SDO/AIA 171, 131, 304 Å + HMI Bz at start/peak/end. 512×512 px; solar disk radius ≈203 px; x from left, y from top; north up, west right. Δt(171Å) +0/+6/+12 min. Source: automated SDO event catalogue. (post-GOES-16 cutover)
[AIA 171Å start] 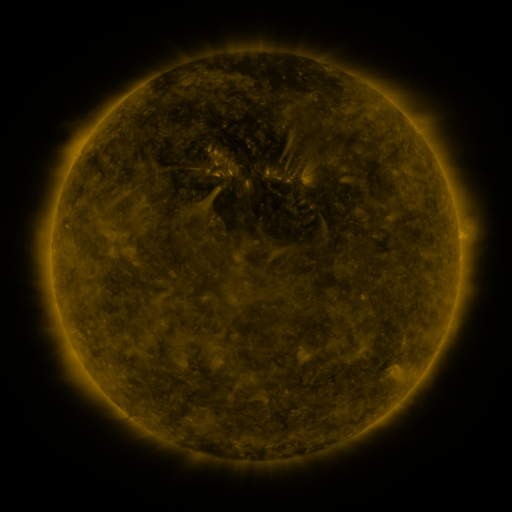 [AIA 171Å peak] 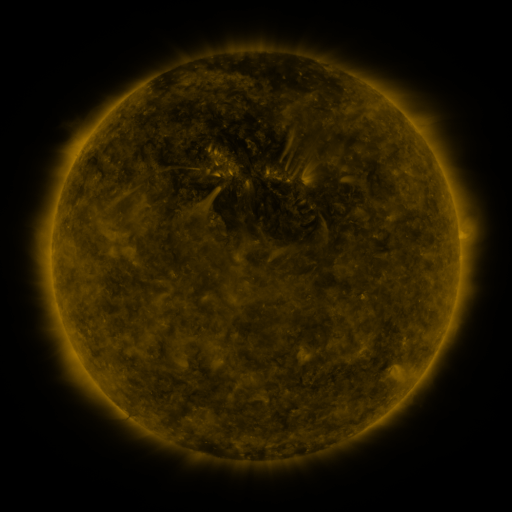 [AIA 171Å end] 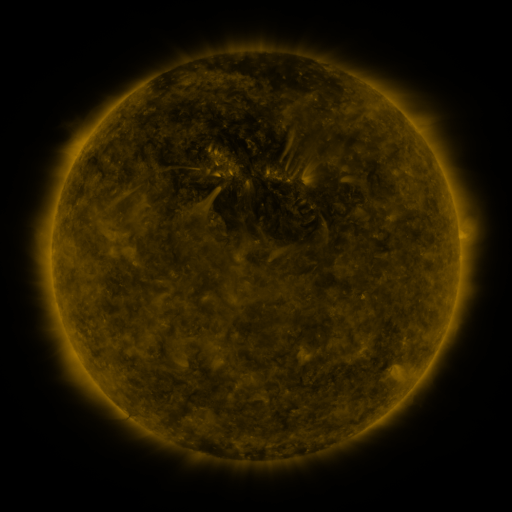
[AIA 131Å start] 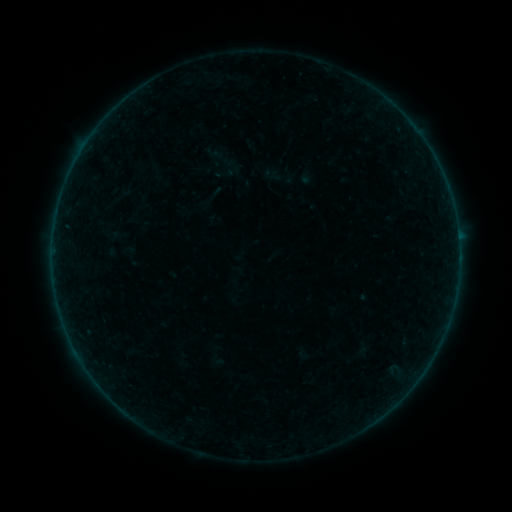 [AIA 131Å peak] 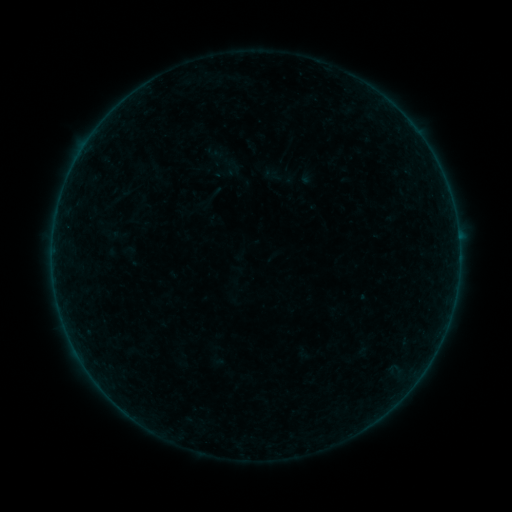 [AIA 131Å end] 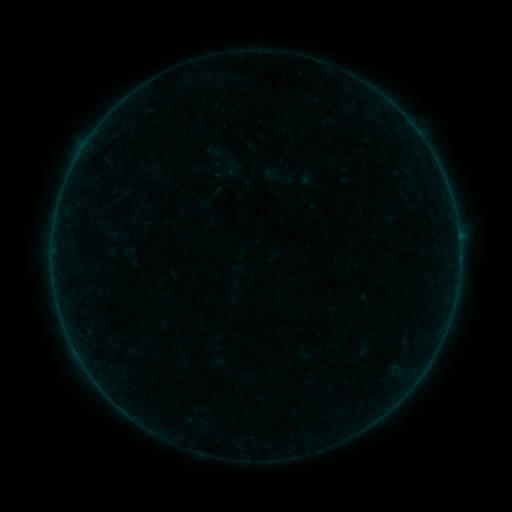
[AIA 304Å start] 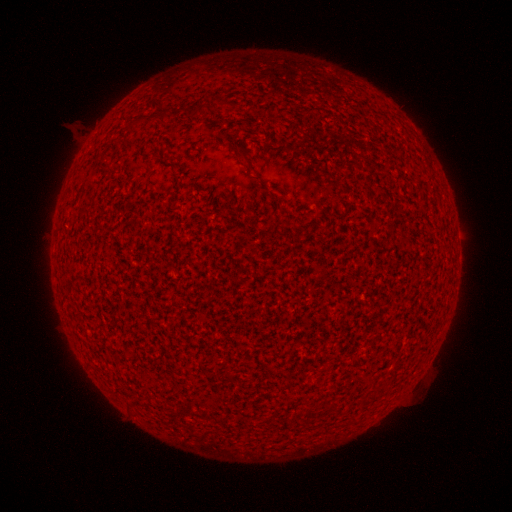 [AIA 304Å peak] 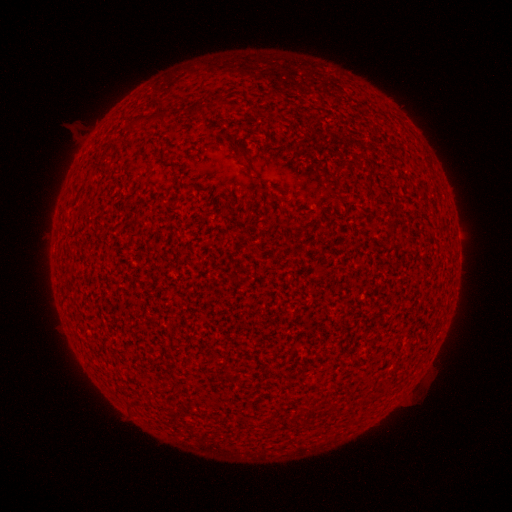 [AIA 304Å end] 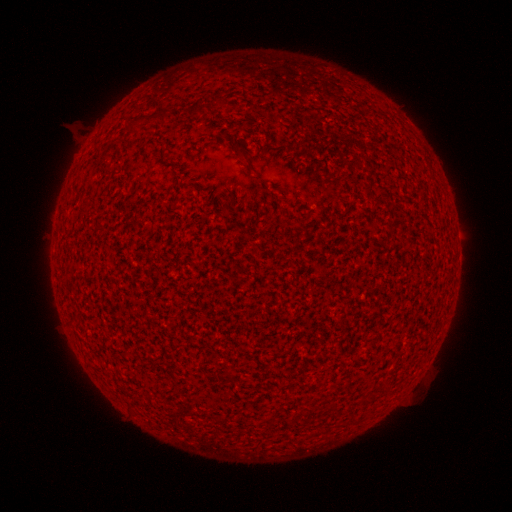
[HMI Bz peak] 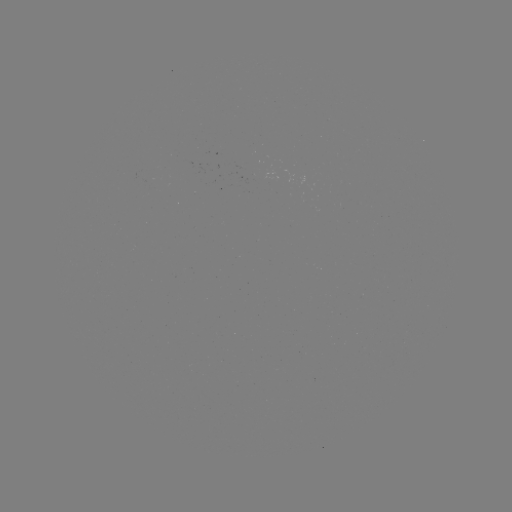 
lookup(A2.6 flare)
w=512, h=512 53,238